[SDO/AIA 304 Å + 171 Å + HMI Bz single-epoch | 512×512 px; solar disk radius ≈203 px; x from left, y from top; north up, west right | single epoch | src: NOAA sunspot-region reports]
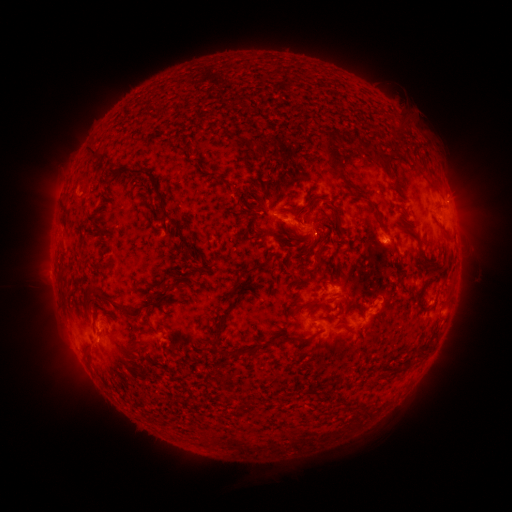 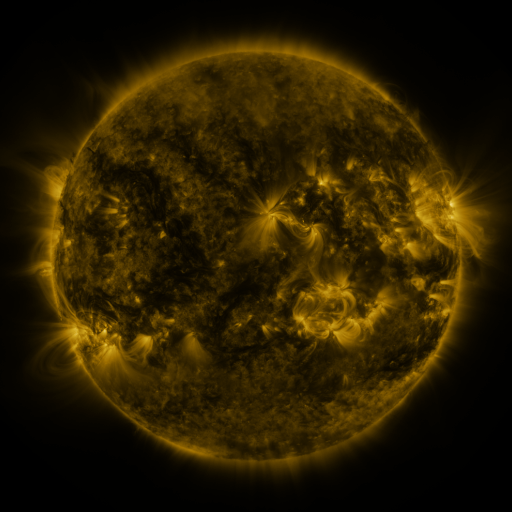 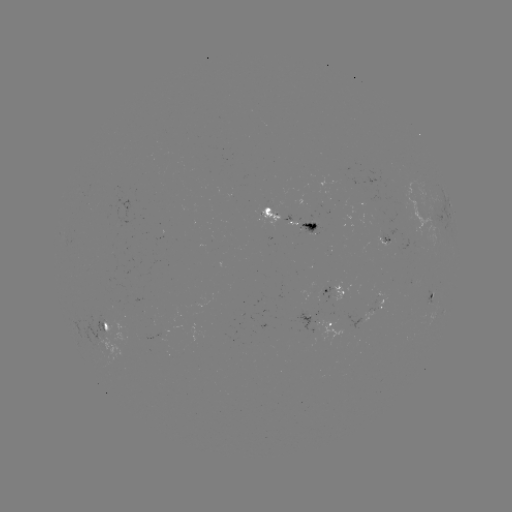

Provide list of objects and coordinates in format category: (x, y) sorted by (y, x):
spotted active region: (449, 202)
spotted active region: (443, 218)
spotted active region: (293, 219)
spotted active region: (338, 289)
spotted active region: (433, 294)
spotted active region: (382, 298)
spotted active region: (334, 303)
spotted active region: (113, 324)
